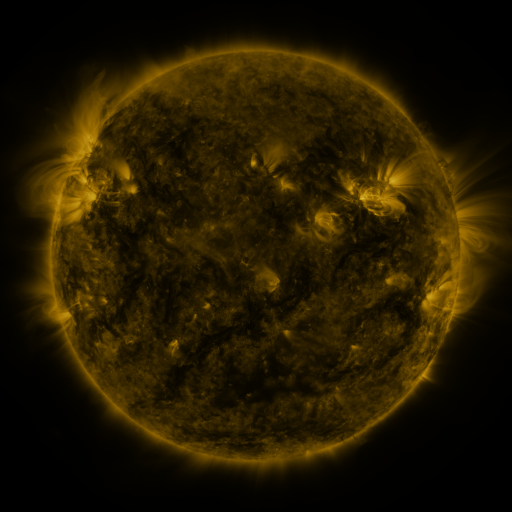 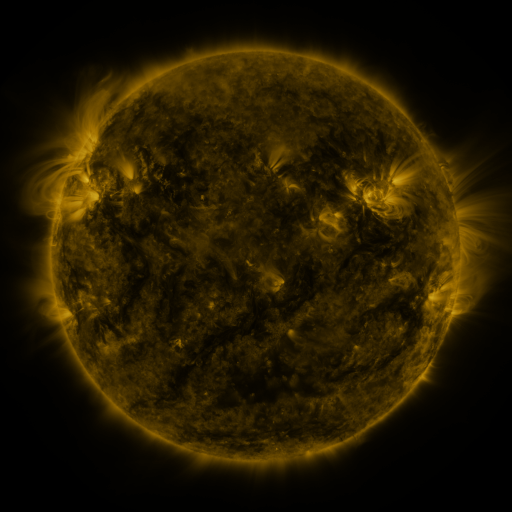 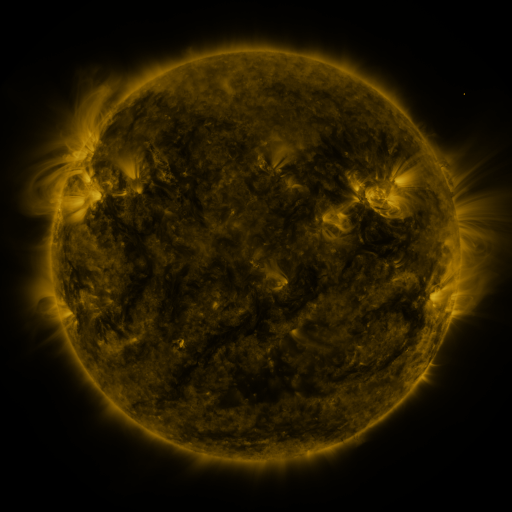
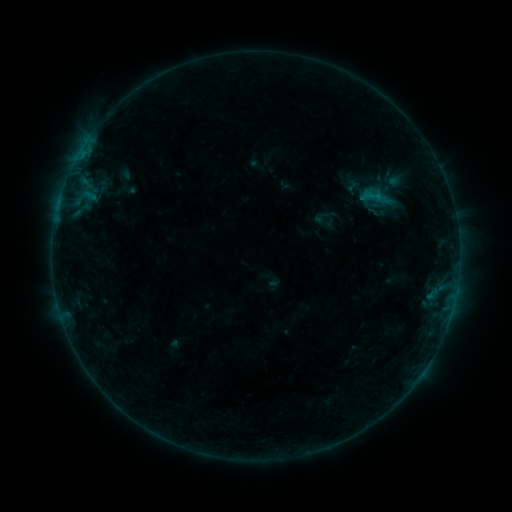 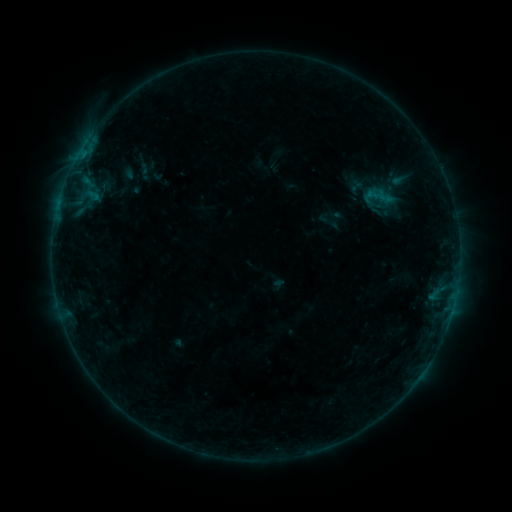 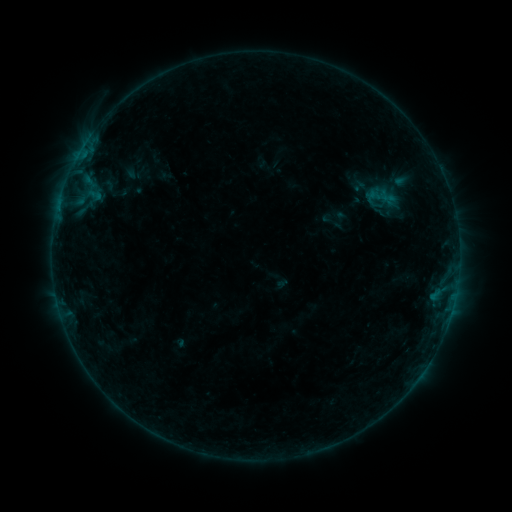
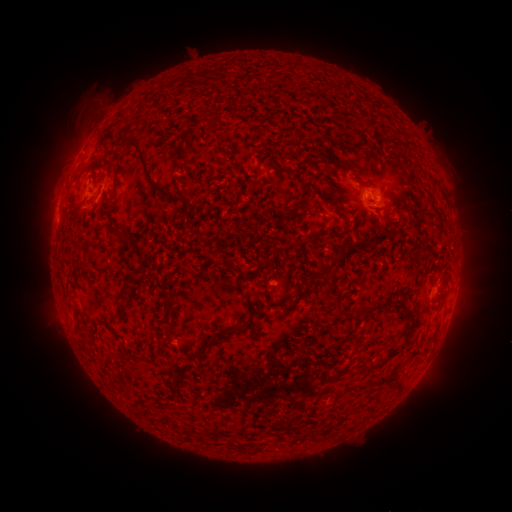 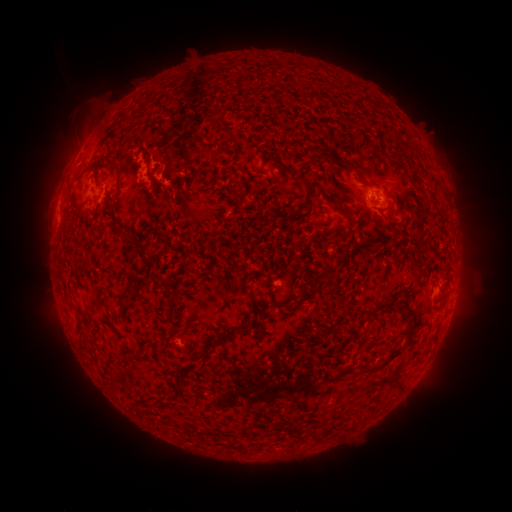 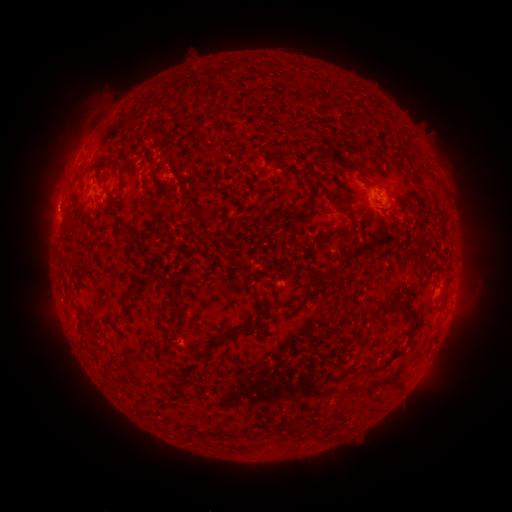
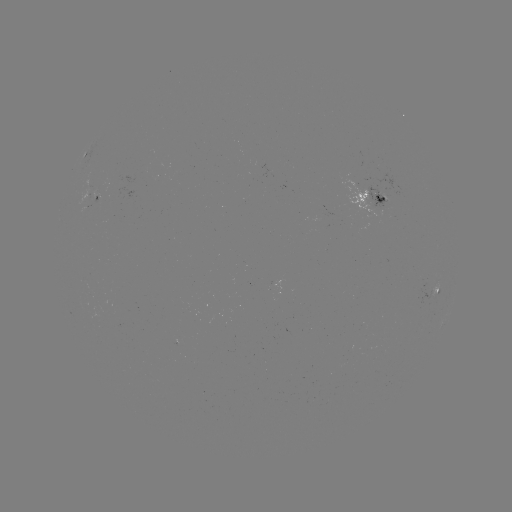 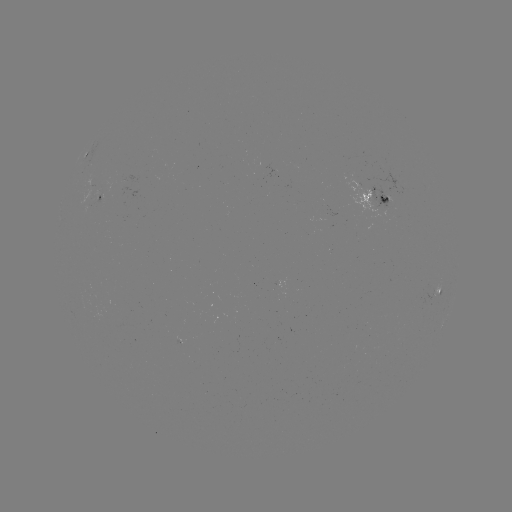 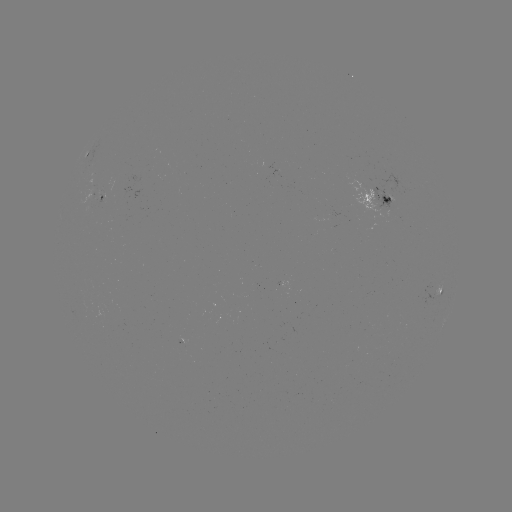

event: flare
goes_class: B2.4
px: (146, 171)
